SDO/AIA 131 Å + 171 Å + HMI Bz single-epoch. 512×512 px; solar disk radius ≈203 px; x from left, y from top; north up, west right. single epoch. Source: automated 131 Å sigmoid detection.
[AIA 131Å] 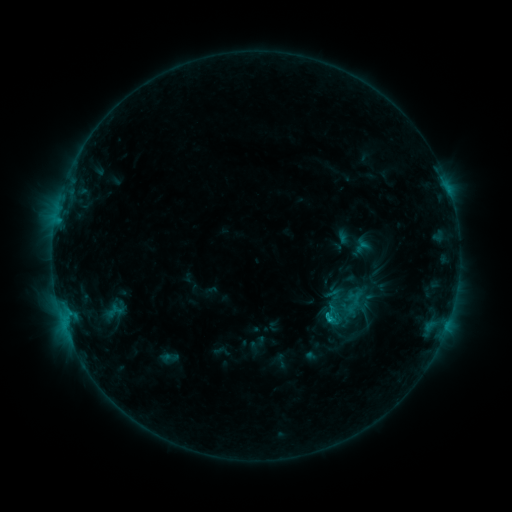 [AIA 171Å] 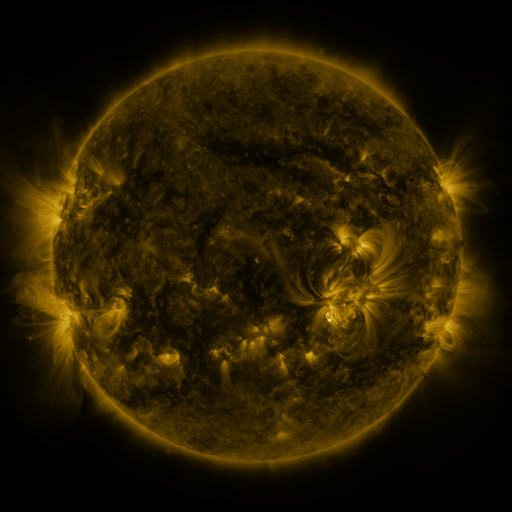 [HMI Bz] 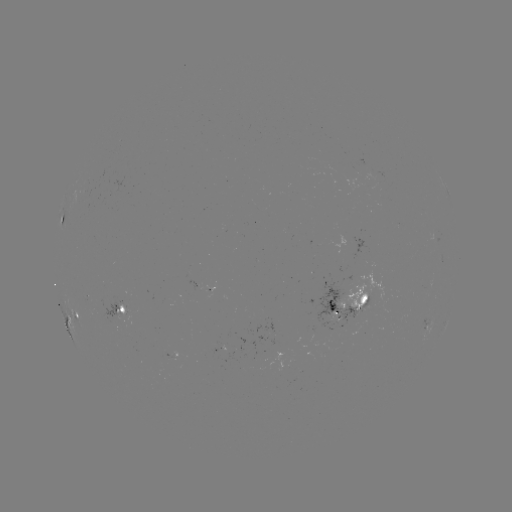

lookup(sigmoid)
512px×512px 361,330